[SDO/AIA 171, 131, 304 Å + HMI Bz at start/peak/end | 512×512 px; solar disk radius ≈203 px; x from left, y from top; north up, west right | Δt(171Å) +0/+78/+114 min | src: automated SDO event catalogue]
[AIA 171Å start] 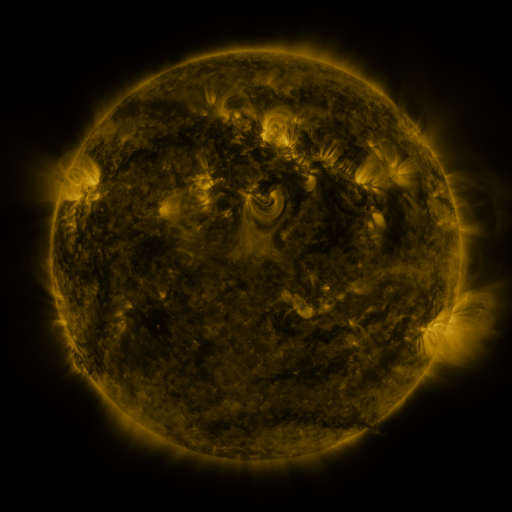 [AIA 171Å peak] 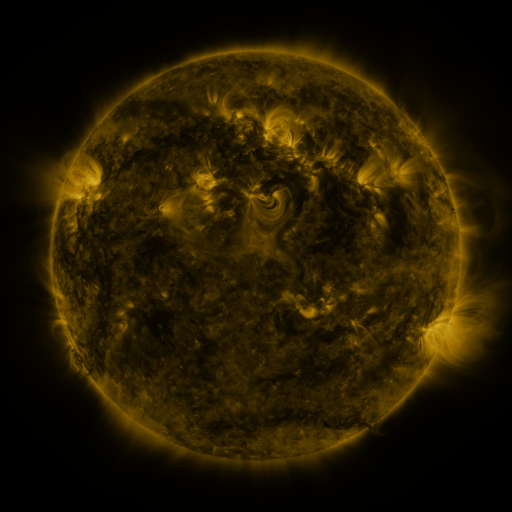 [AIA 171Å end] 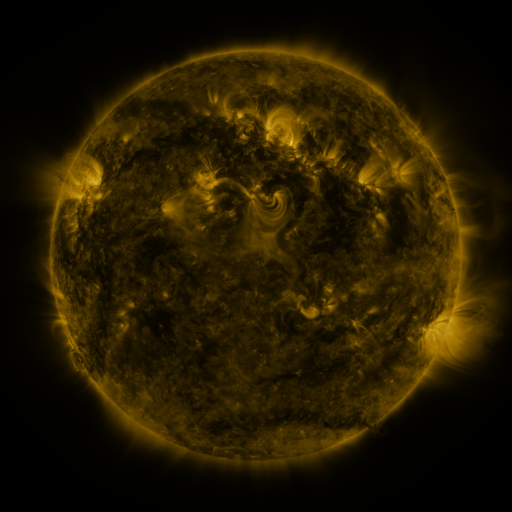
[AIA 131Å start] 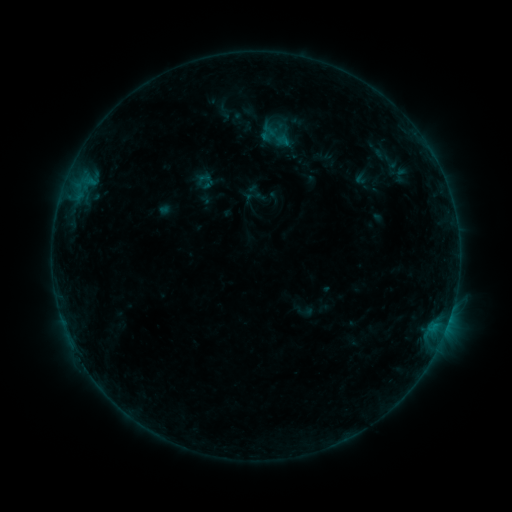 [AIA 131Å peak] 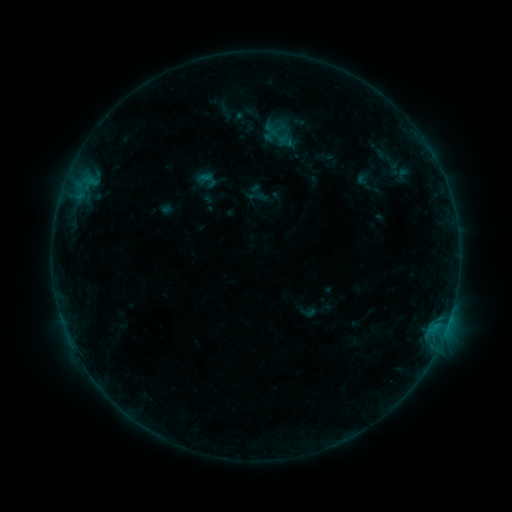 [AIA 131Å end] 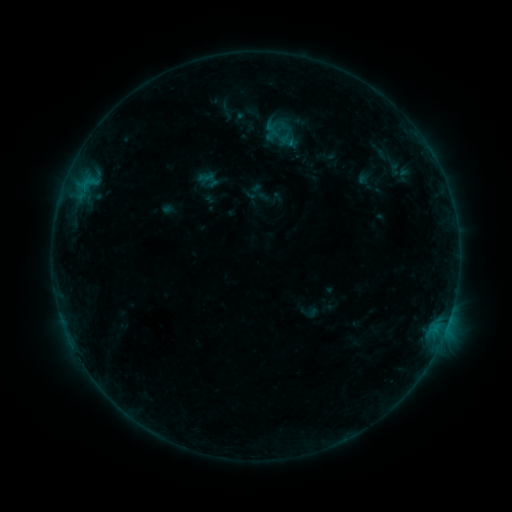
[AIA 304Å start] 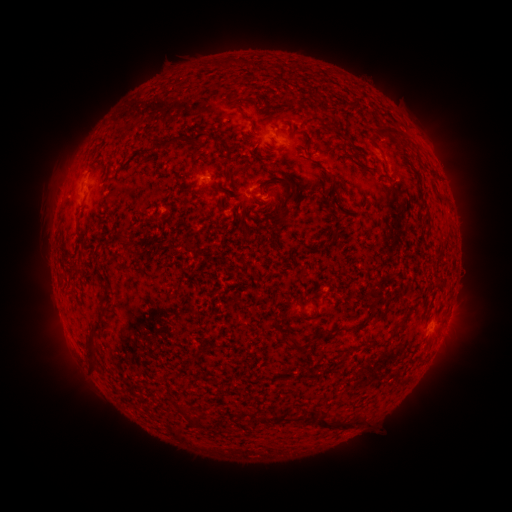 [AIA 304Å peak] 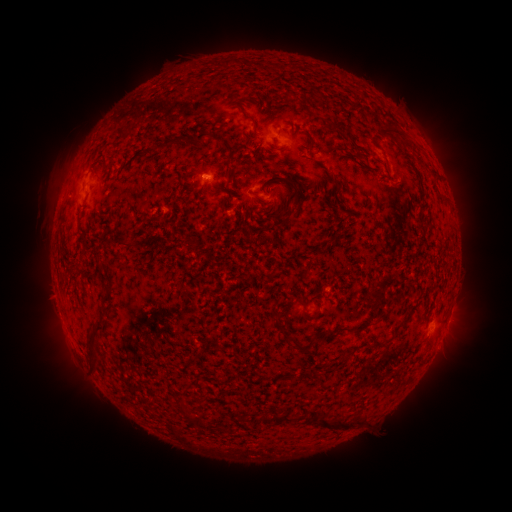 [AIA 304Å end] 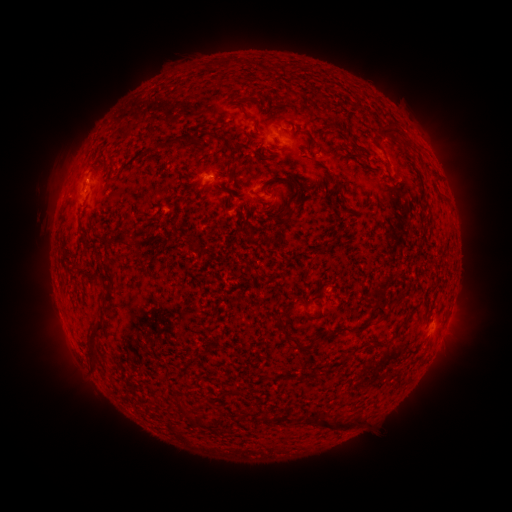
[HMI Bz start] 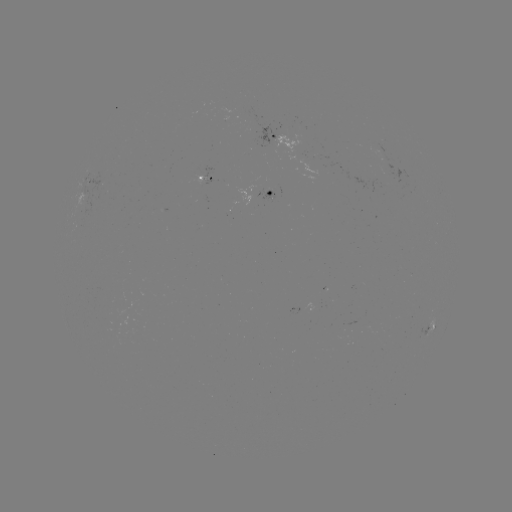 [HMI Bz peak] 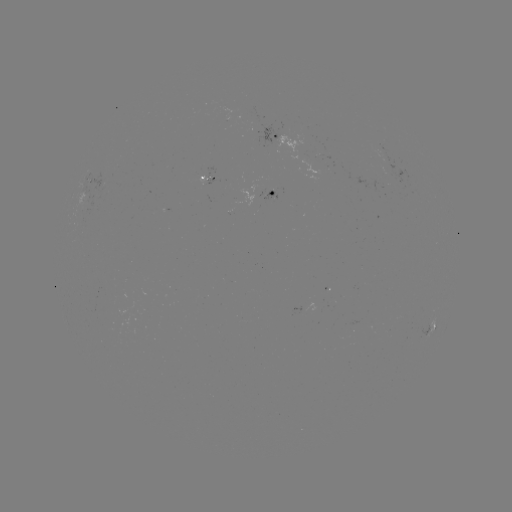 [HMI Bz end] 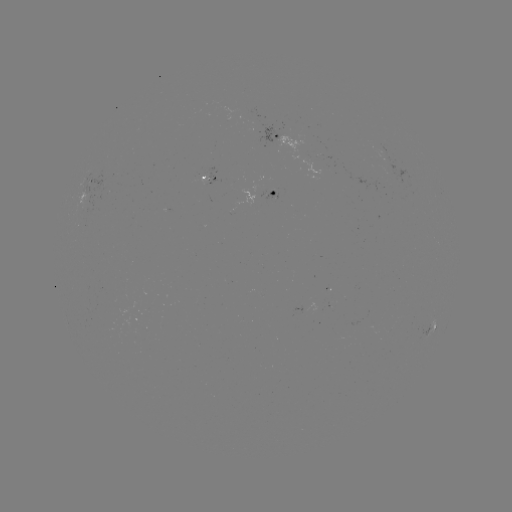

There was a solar emerging-flux region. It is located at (382, 150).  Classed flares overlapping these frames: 1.